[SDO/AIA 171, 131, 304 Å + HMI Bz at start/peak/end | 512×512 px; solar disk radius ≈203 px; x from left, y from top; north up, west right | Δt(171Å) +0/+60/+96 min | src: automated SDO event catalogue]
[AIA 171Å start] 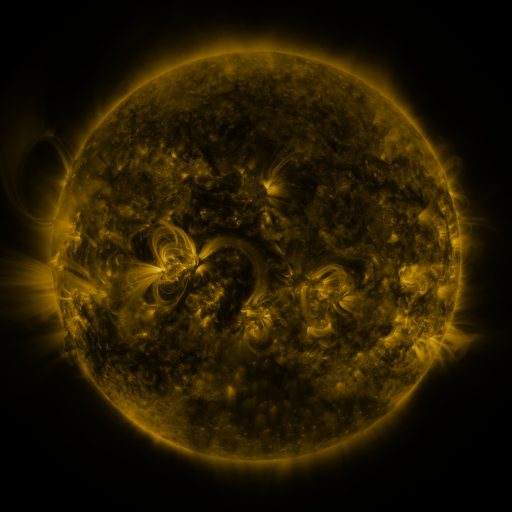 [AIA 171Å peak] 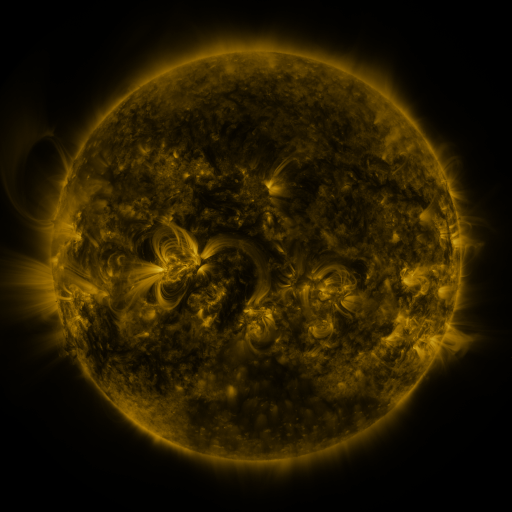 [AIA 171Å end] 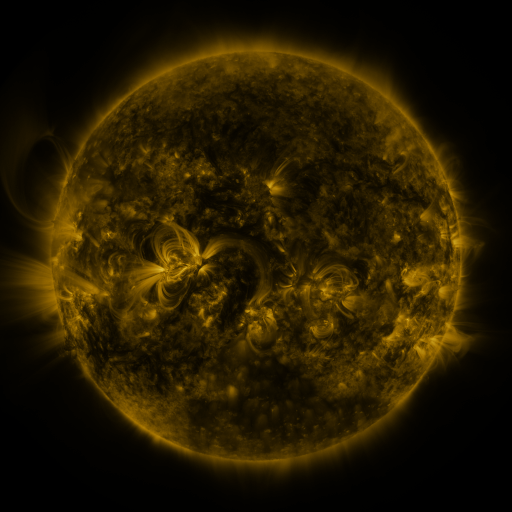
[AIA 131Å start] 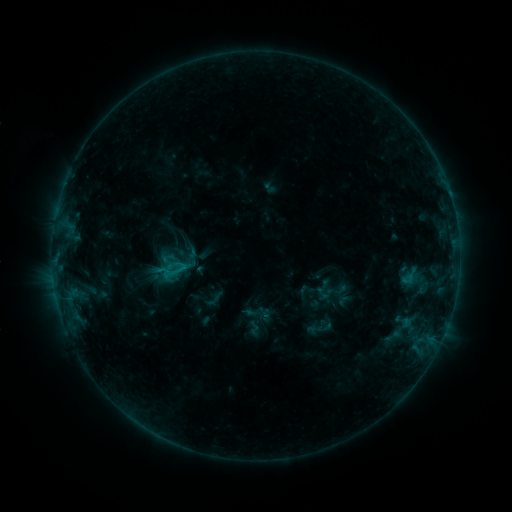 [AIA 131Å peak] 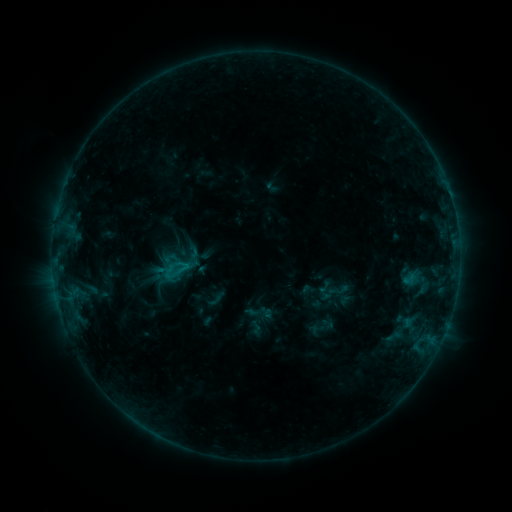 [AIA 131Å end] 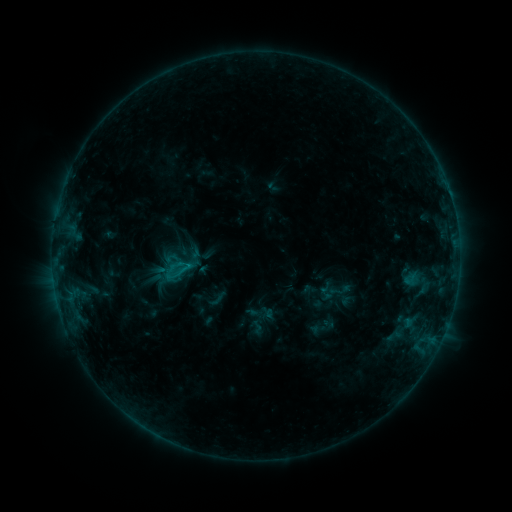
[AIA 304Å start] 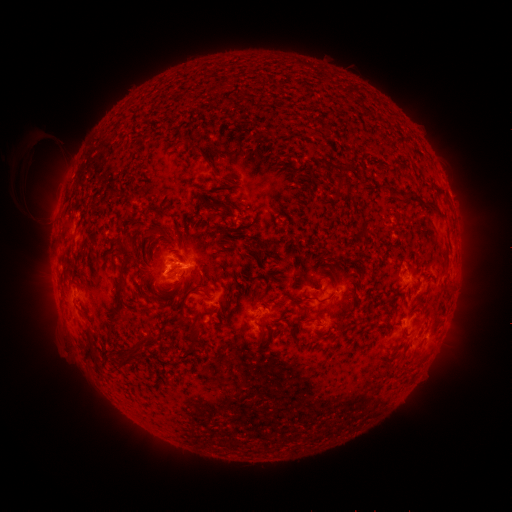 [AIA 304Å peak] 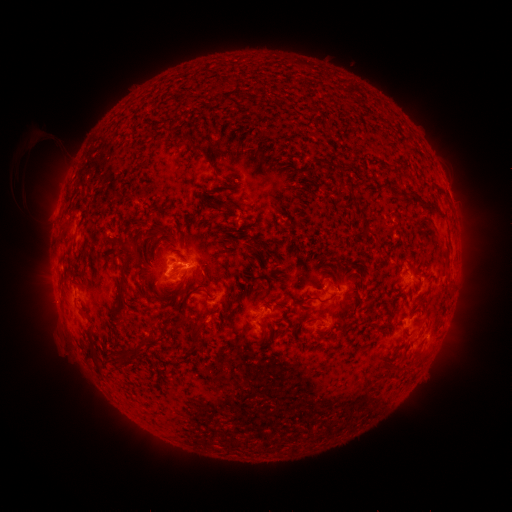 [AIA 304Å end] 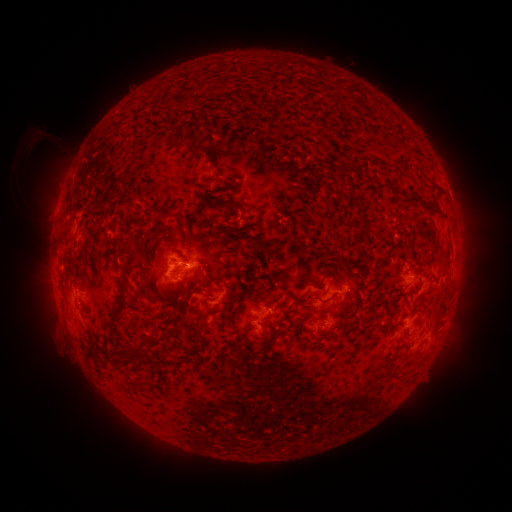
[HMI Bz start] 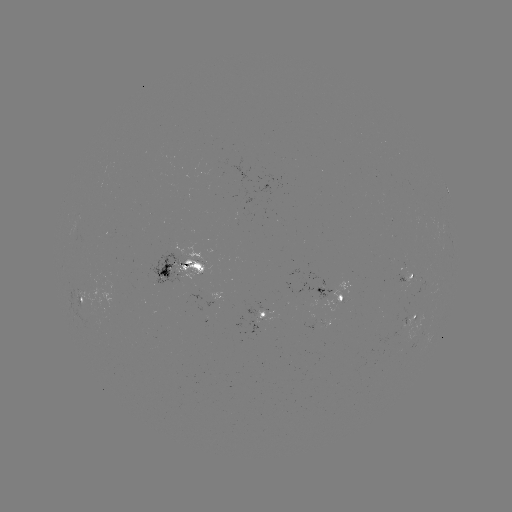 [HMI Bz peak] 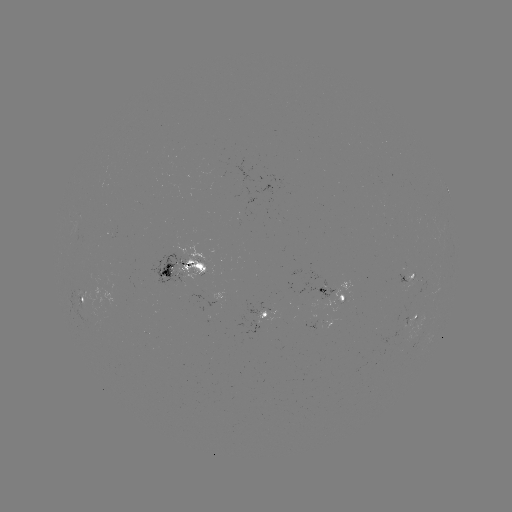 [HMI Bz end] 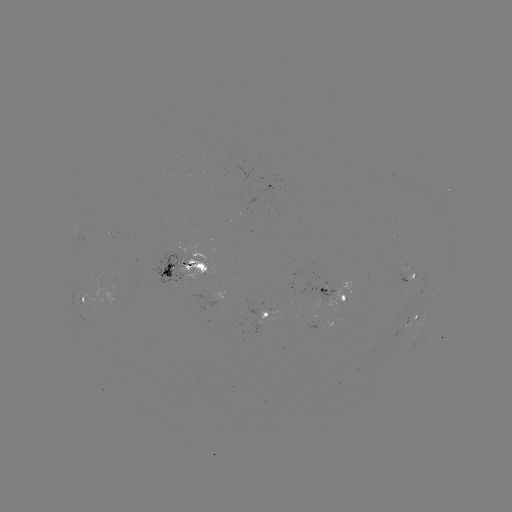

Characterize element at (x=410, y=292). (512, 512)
emerging-flux region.